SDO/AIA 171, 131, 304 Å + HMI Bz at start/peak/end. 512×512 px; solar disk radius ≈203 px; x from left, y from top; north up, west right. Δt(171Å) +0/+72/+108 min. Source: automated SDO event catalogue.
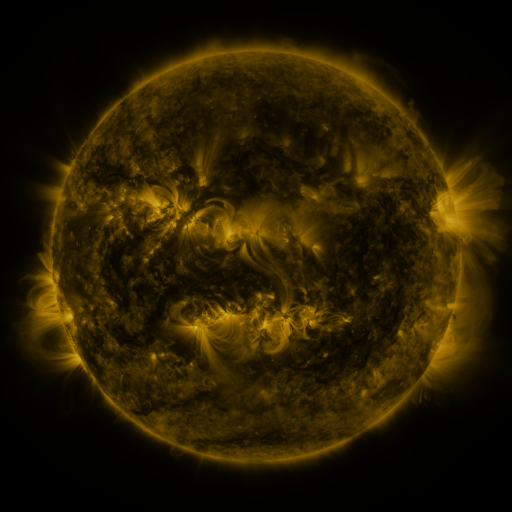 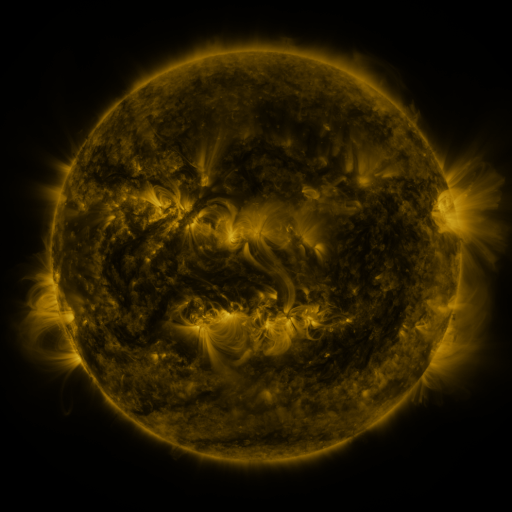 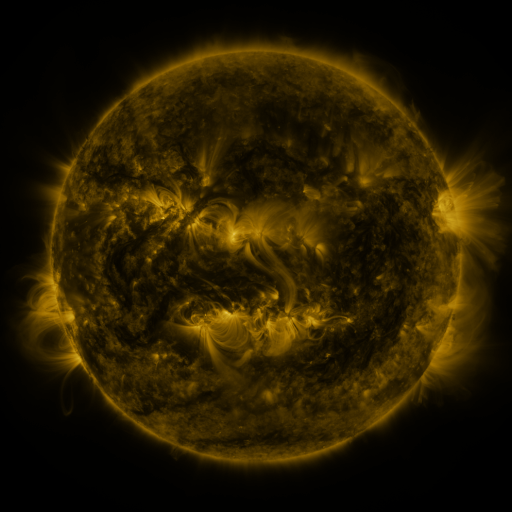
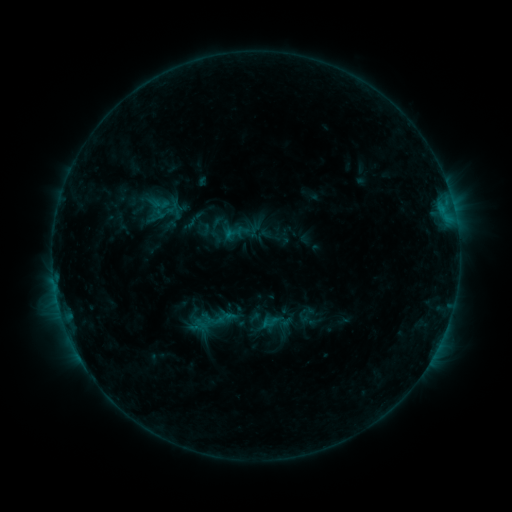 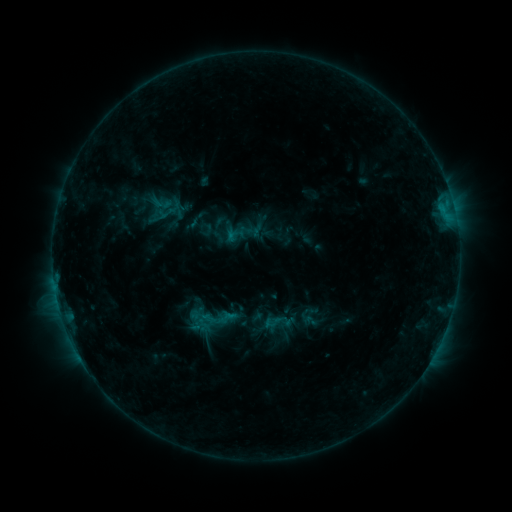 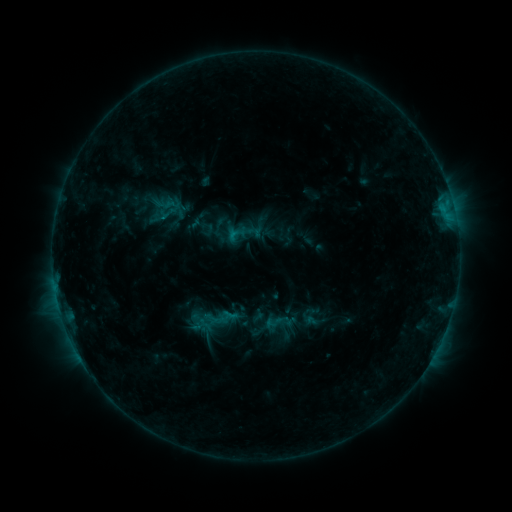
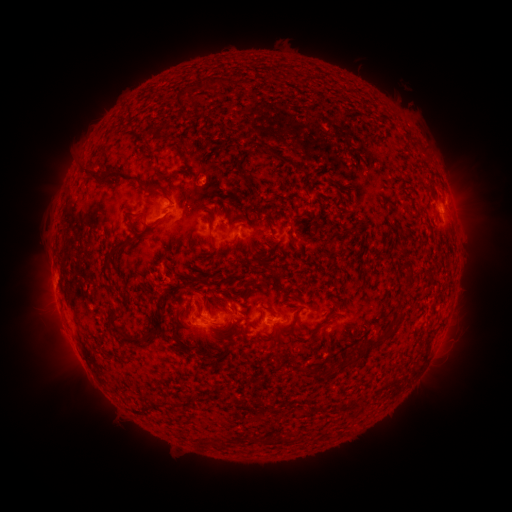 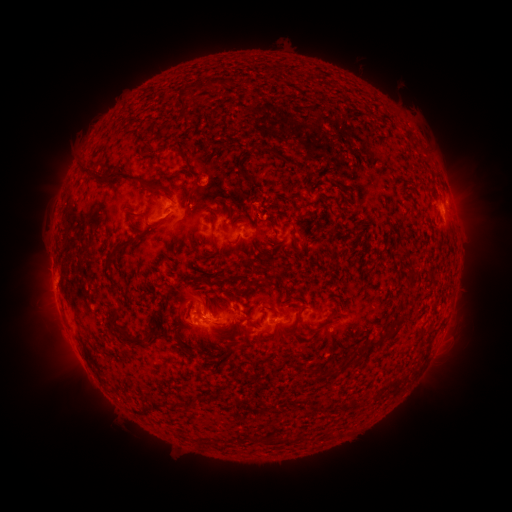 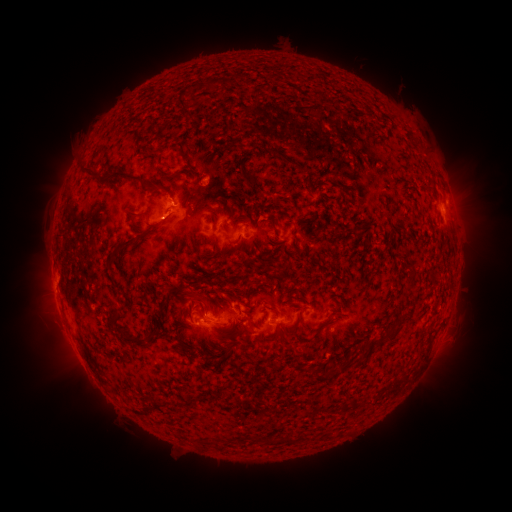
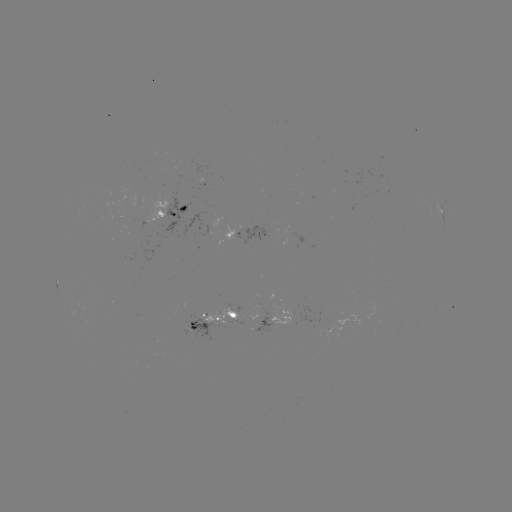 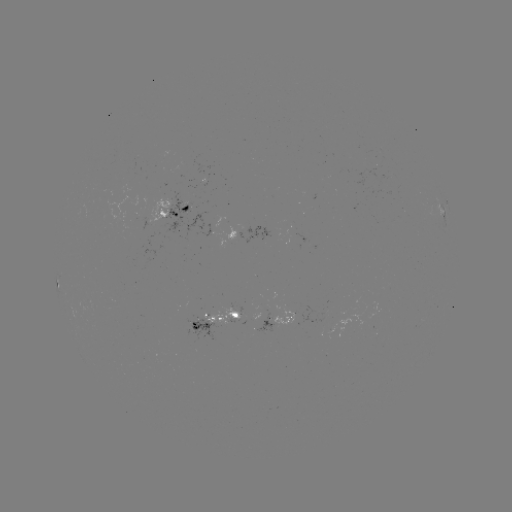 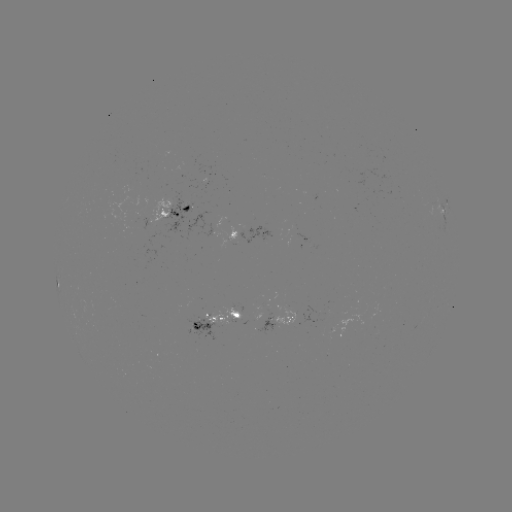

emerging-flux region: (255, 307, 273, 334)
